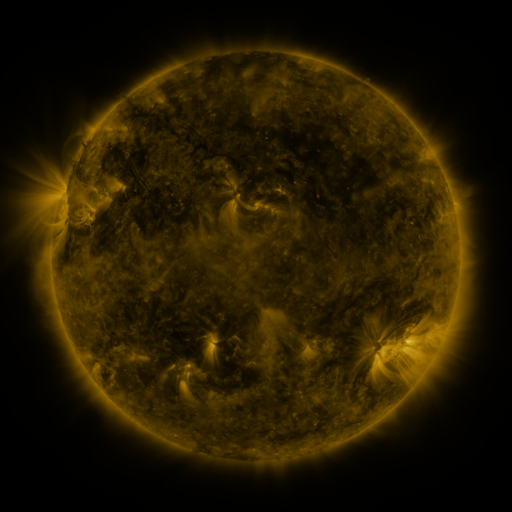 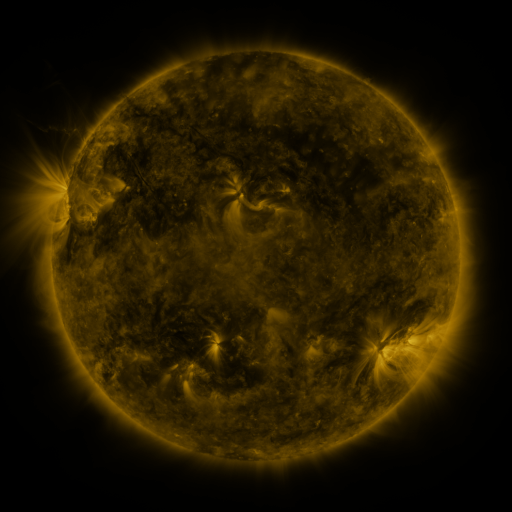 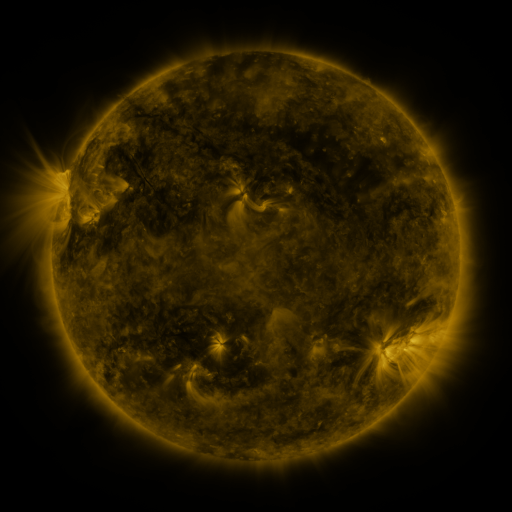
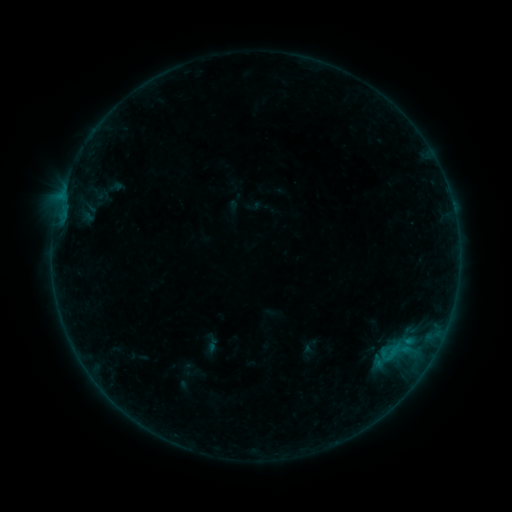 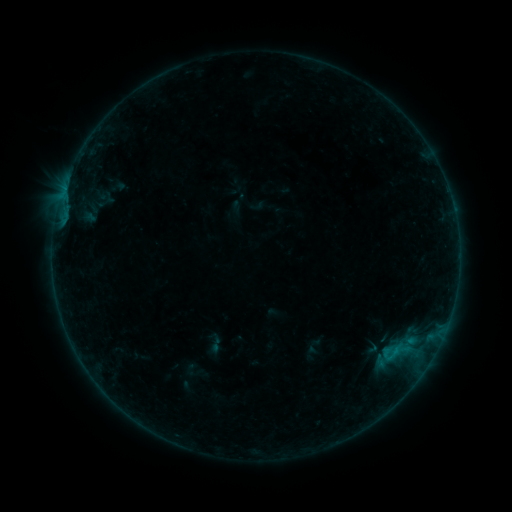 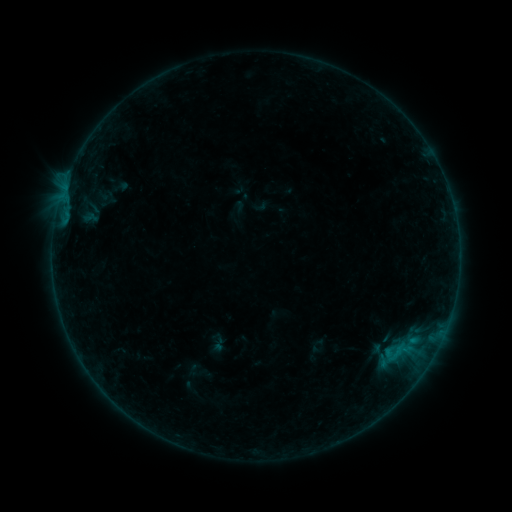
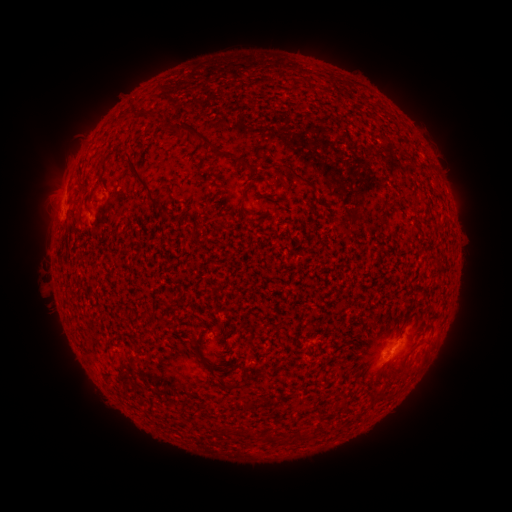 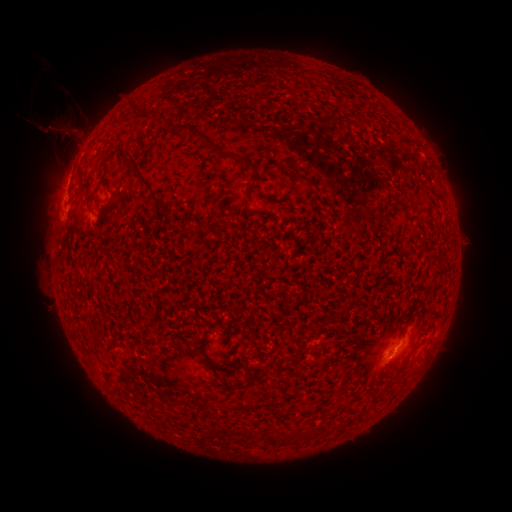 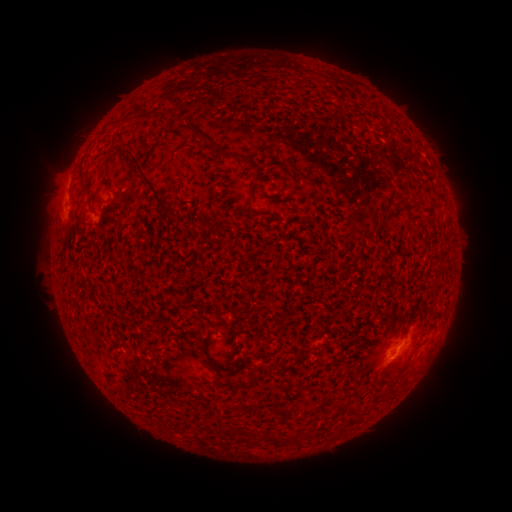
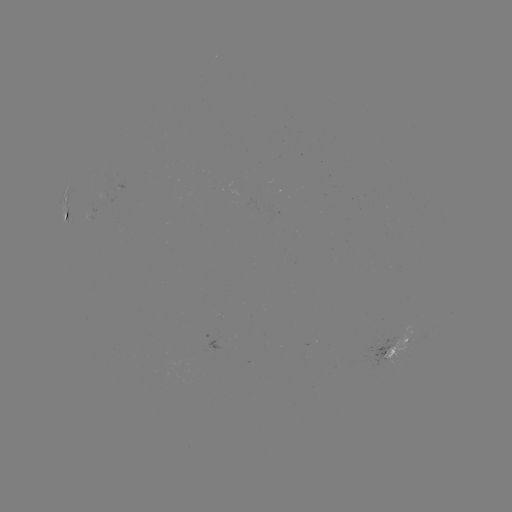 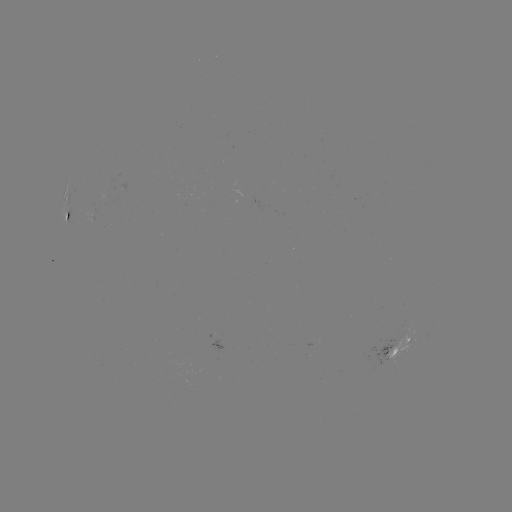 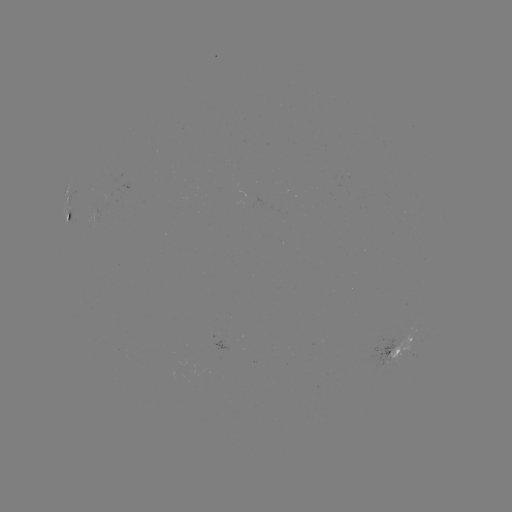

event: filament eruption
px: (49, 133)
